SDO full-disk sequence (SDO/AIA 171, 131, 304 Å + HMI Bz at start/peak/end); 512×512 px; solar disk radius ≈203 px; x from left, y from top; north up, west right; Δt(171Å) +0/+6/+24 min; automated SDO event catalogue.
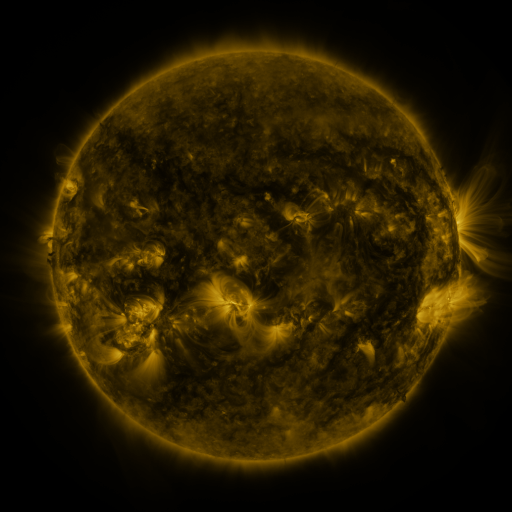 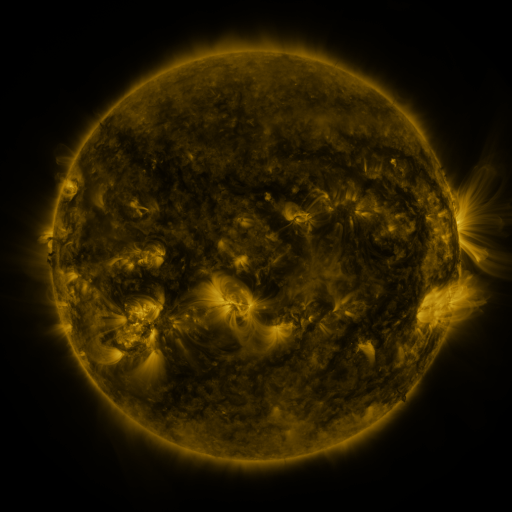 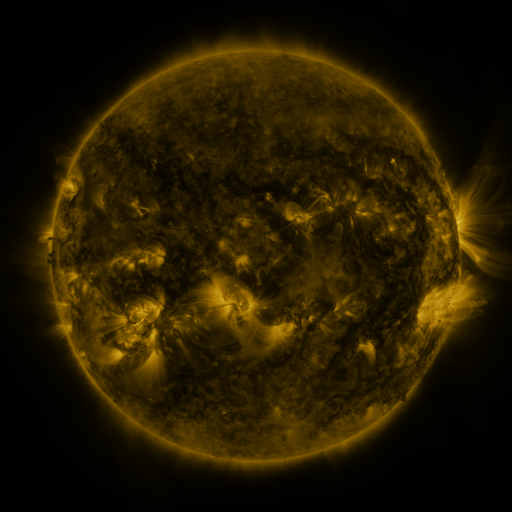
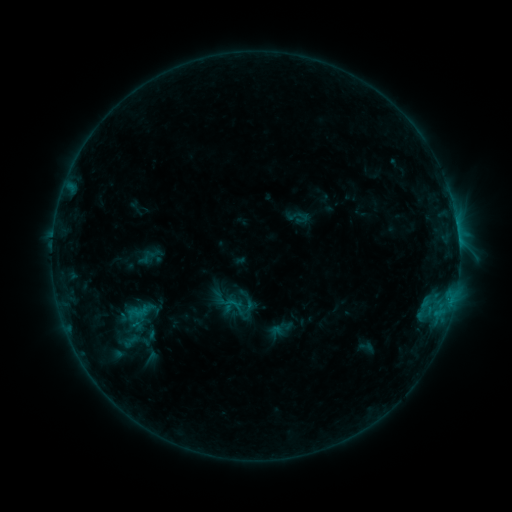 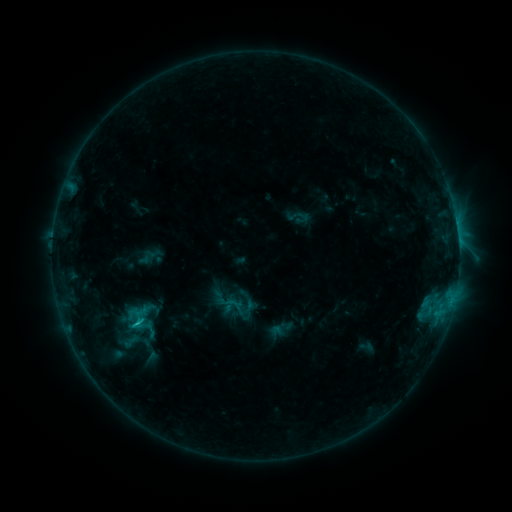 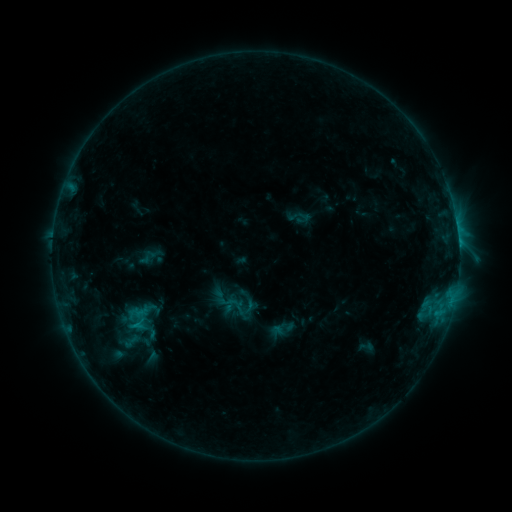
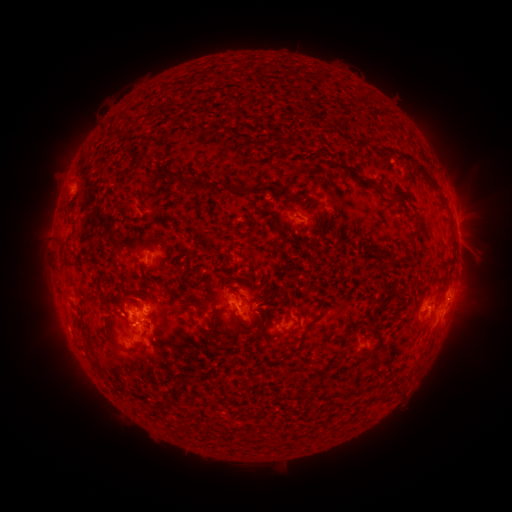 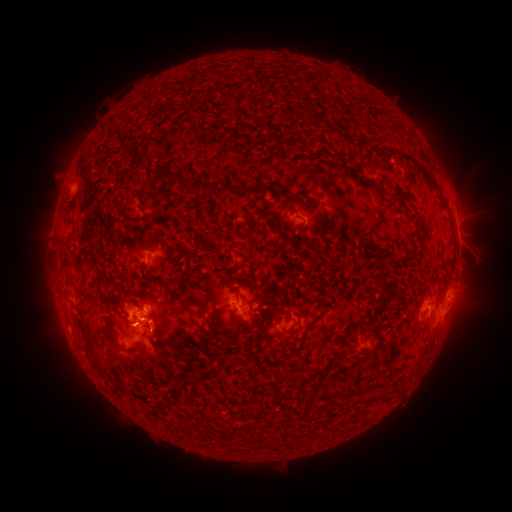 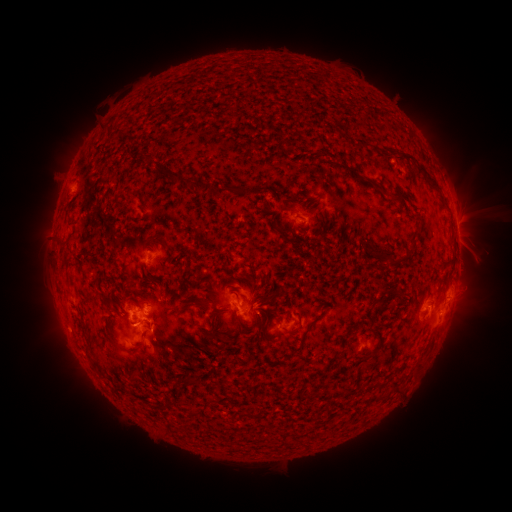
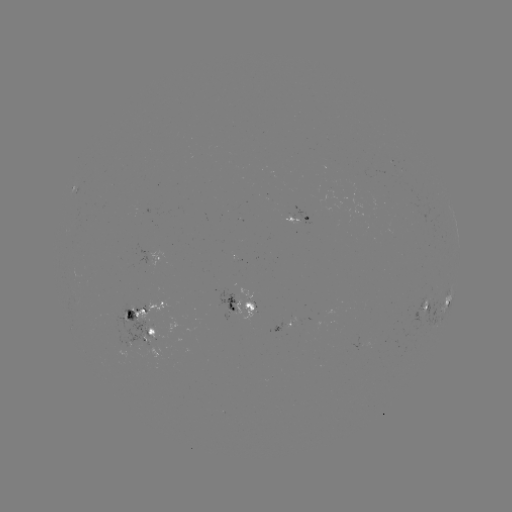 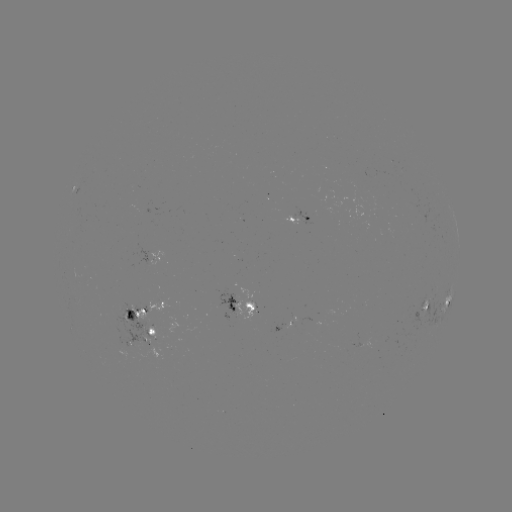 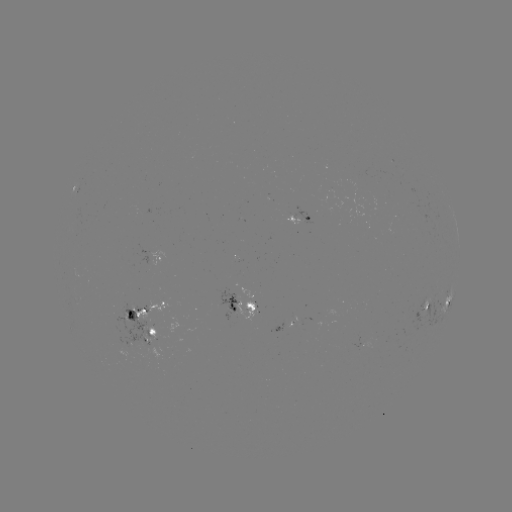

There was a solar flare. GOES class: C1.5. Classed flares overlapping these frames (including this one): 1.